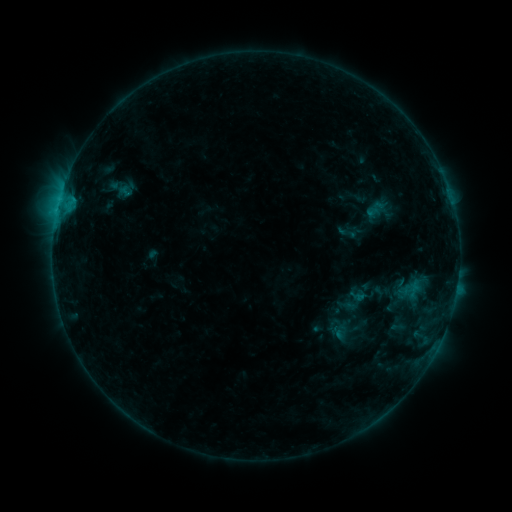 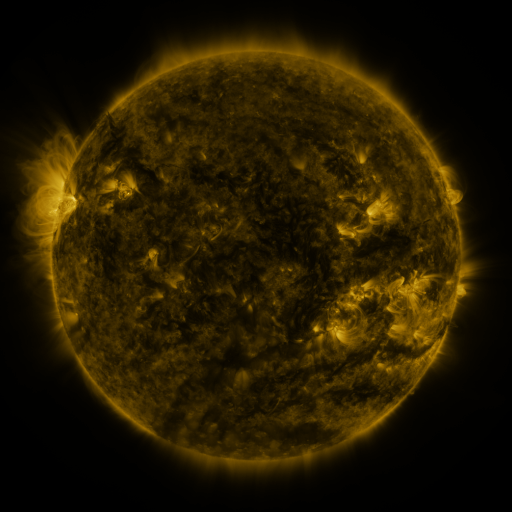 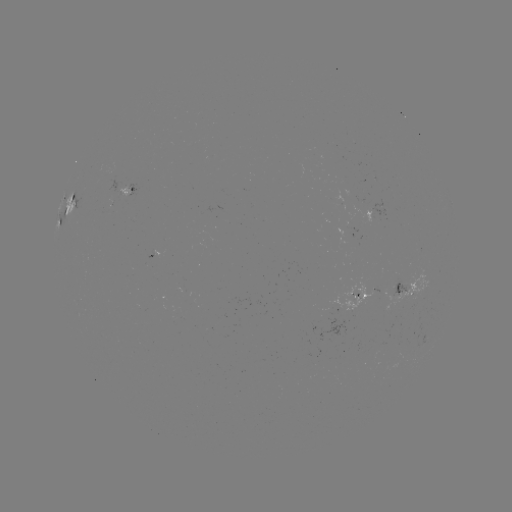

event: sigmoid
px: (348, 233)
